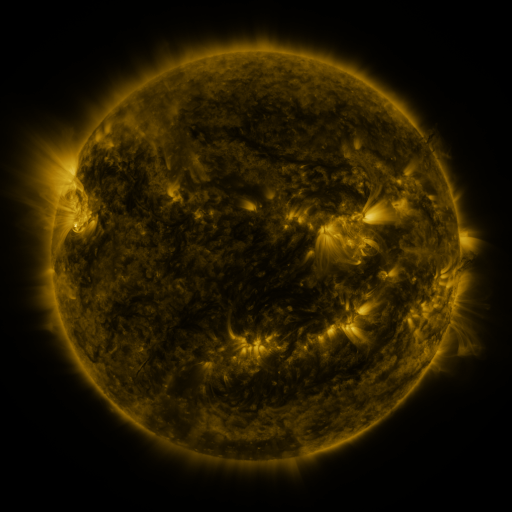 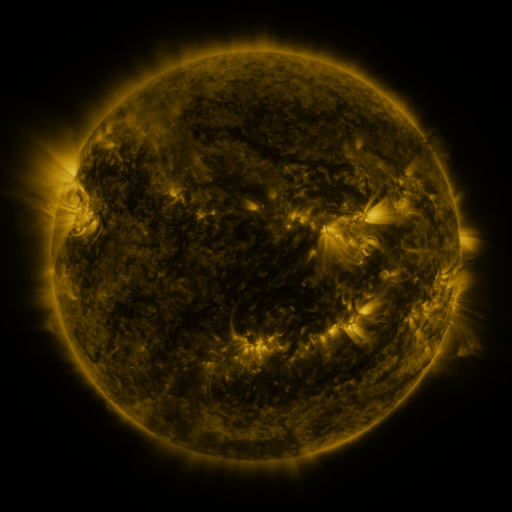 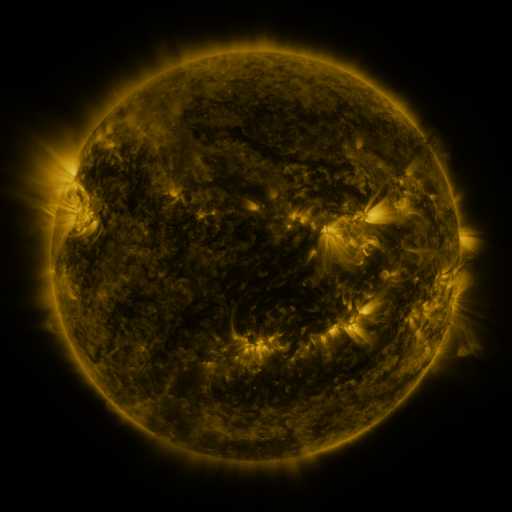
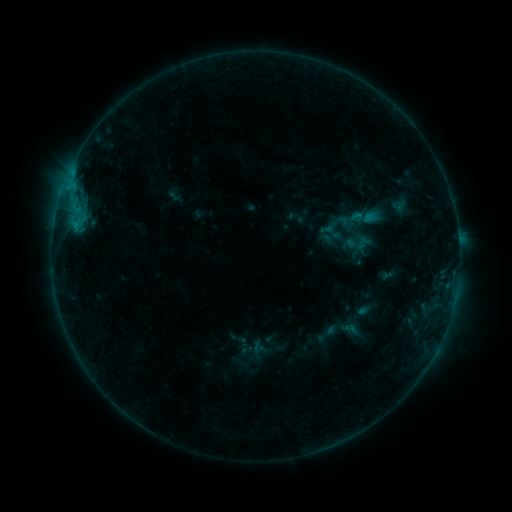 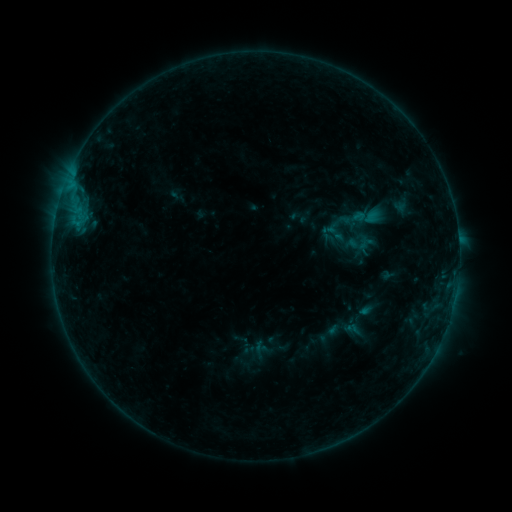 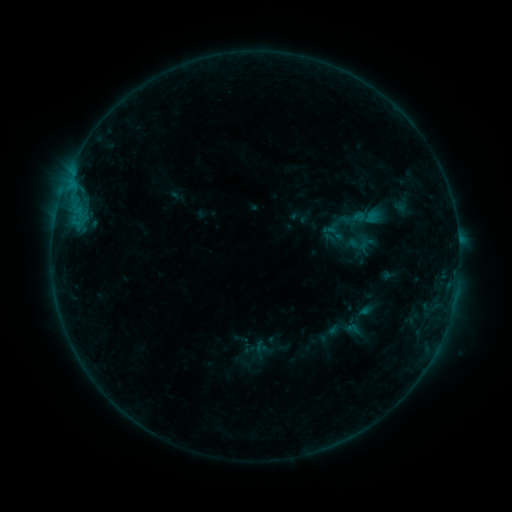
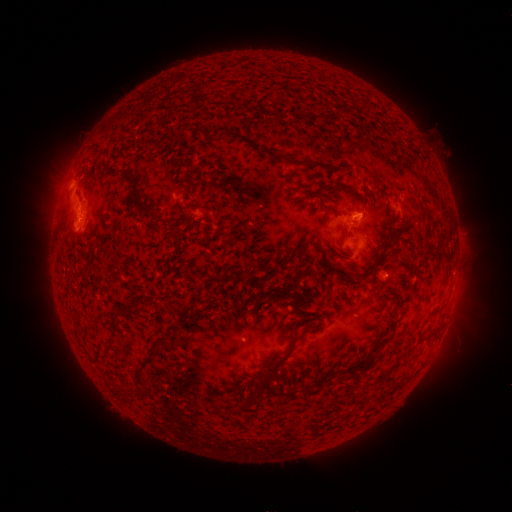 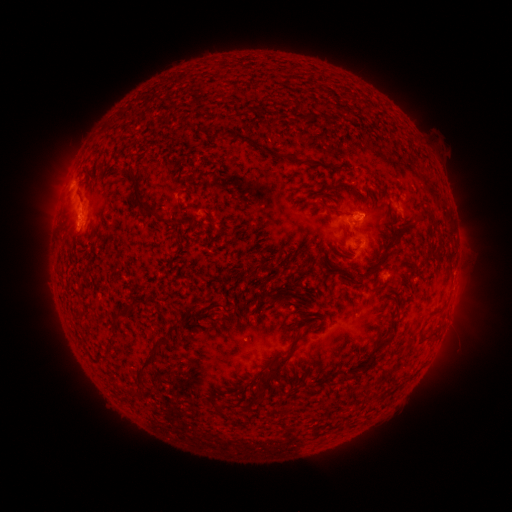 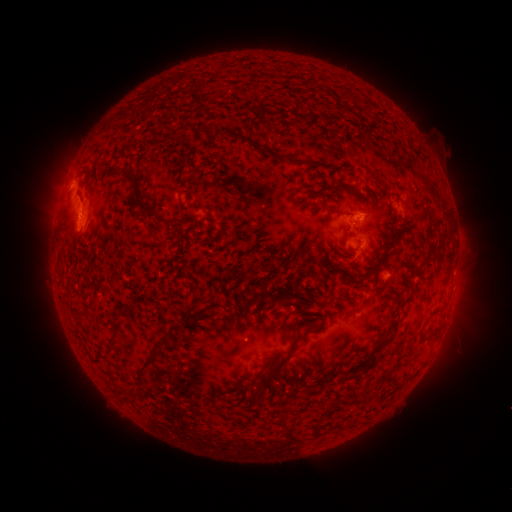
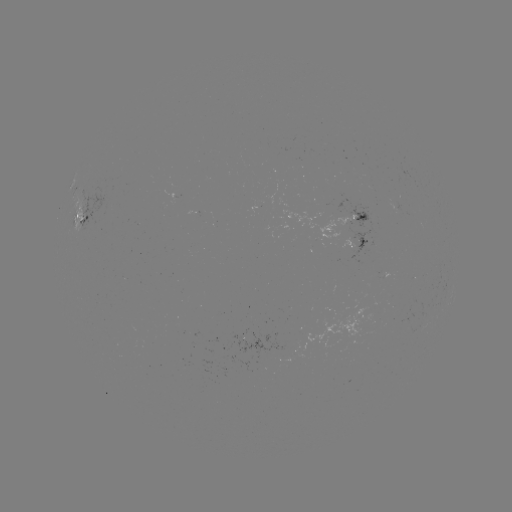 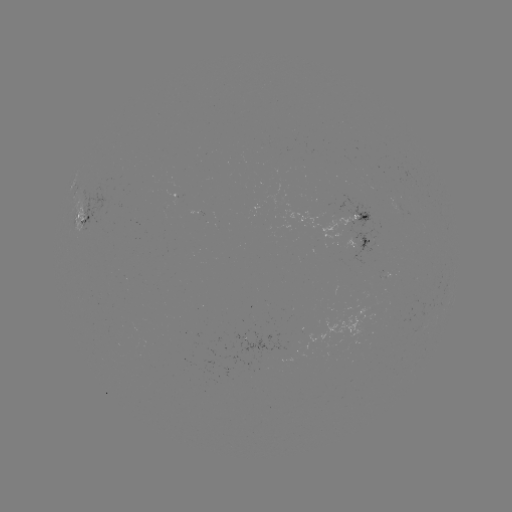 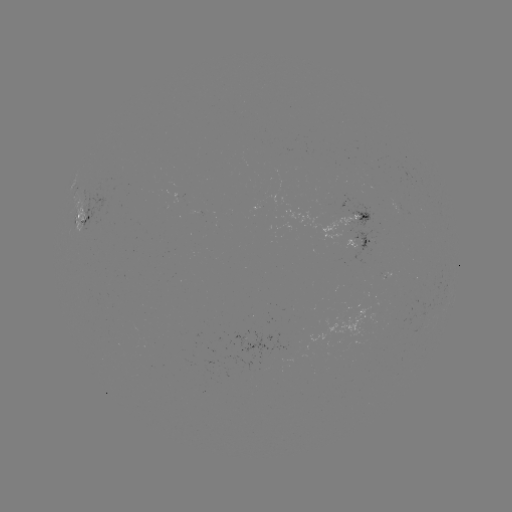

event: emerging-flux region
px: (352, 248)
